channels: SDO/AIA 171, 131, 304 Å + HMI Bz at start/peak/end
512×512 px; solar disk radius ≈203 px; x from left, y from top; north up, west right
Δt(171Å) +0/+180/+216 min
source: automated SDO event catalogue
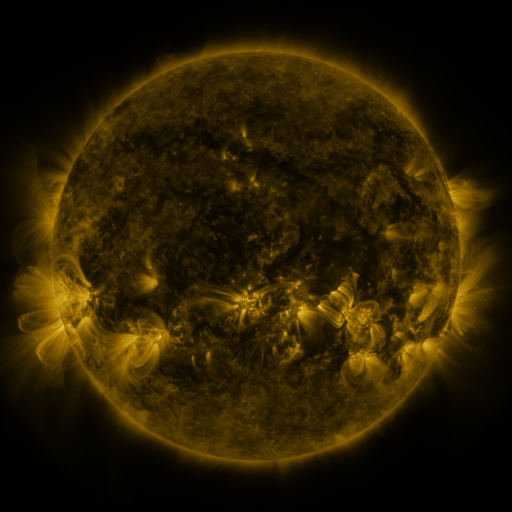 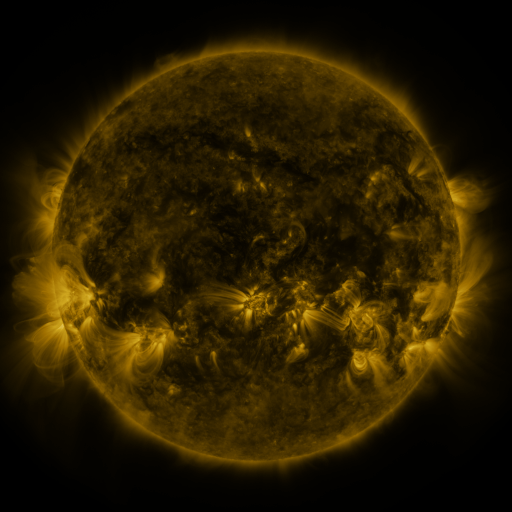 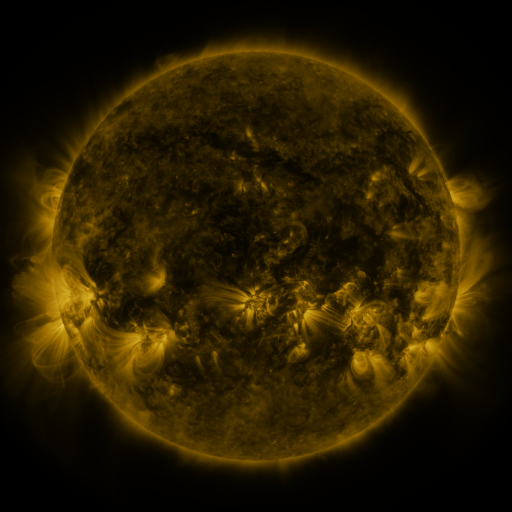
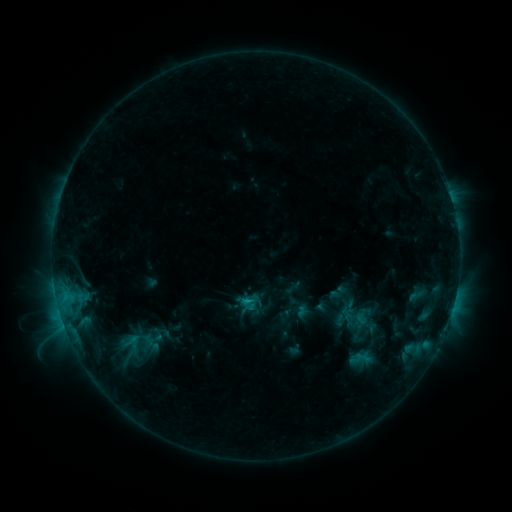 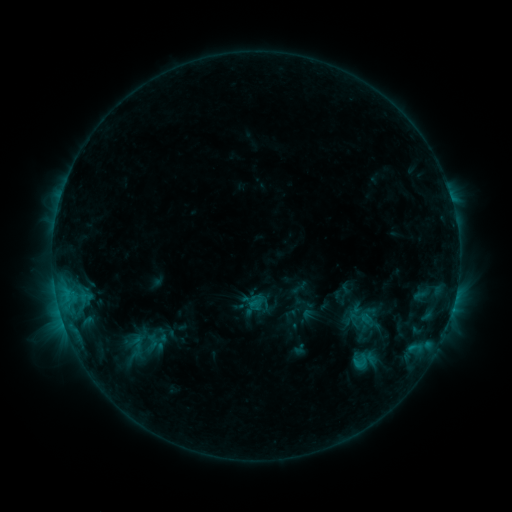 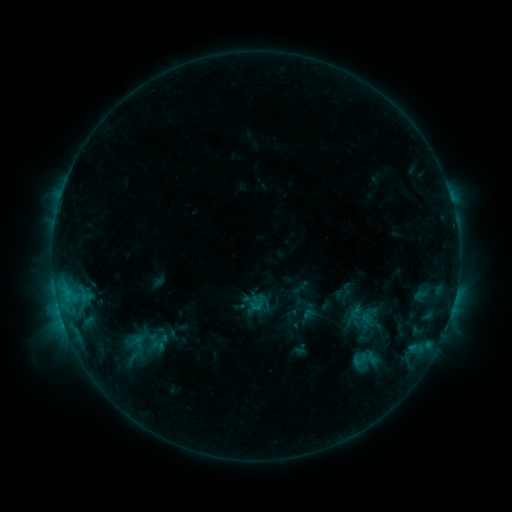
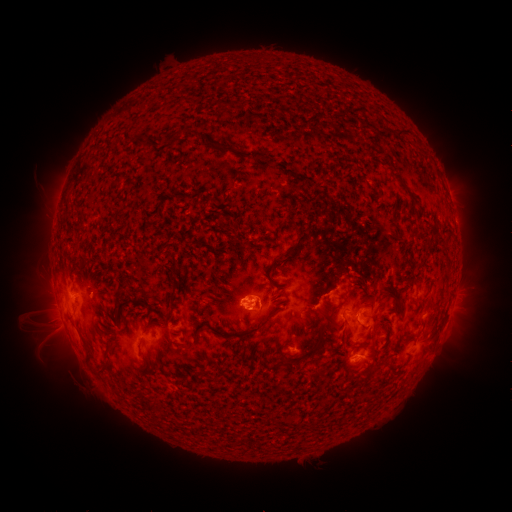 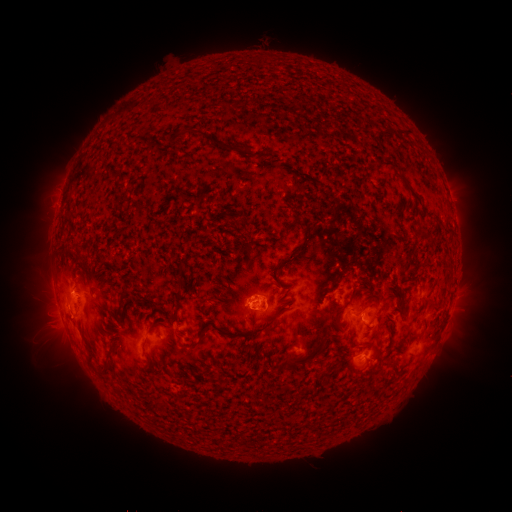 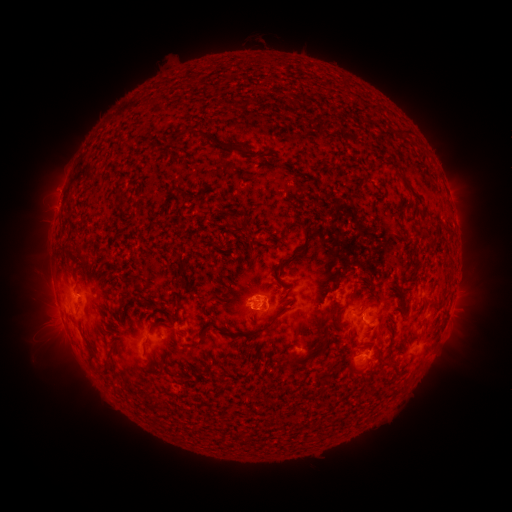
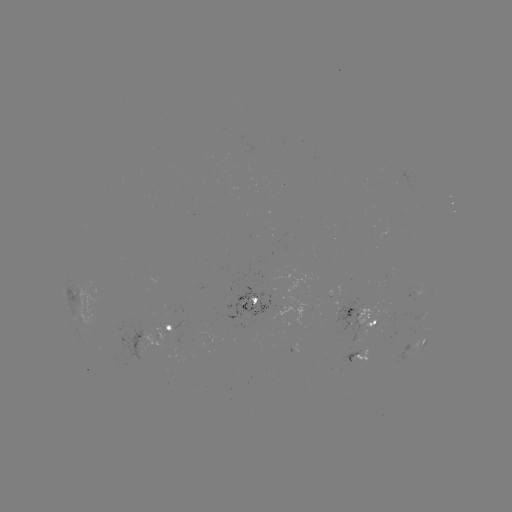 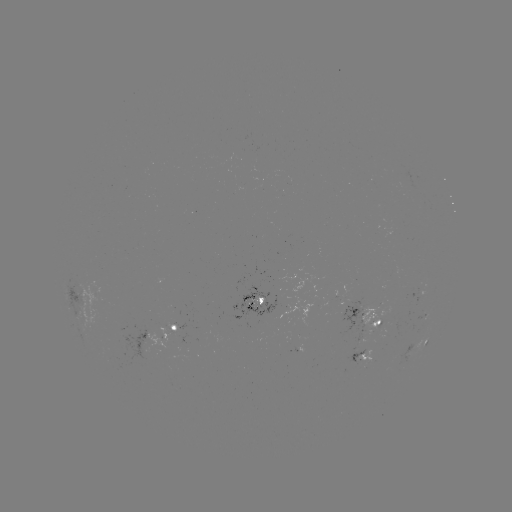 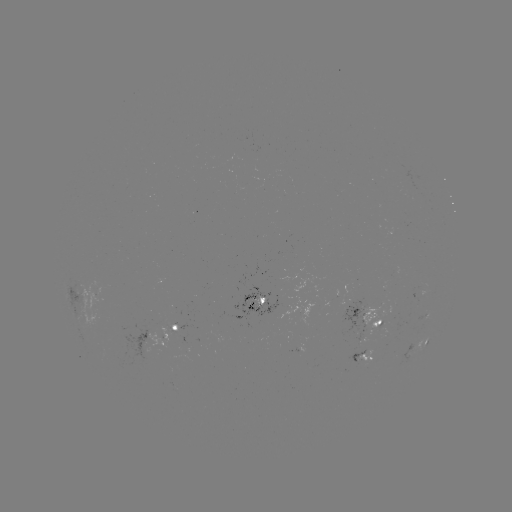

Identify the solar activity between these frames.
emerging-flux region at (356, 353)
